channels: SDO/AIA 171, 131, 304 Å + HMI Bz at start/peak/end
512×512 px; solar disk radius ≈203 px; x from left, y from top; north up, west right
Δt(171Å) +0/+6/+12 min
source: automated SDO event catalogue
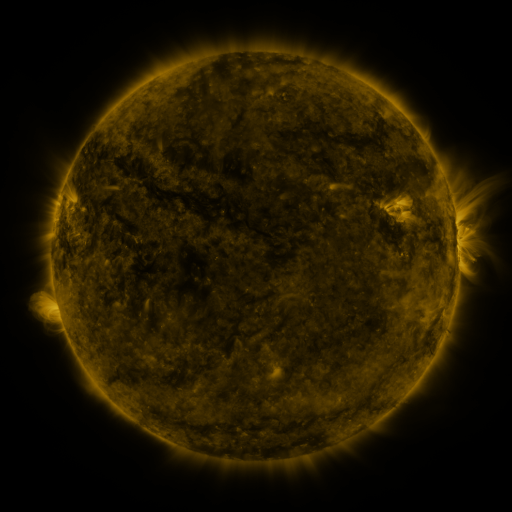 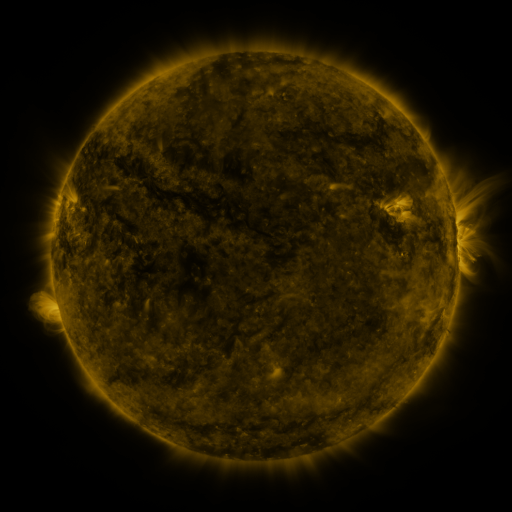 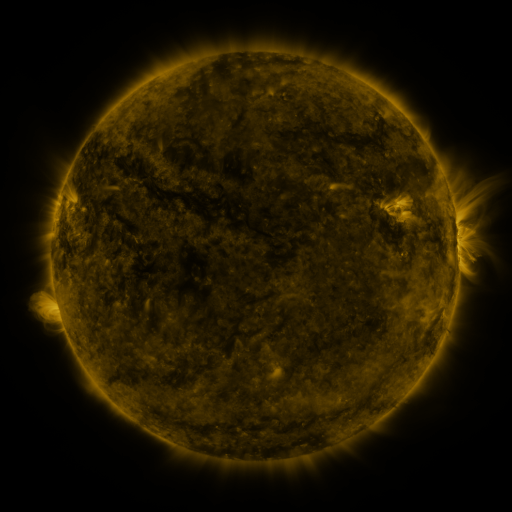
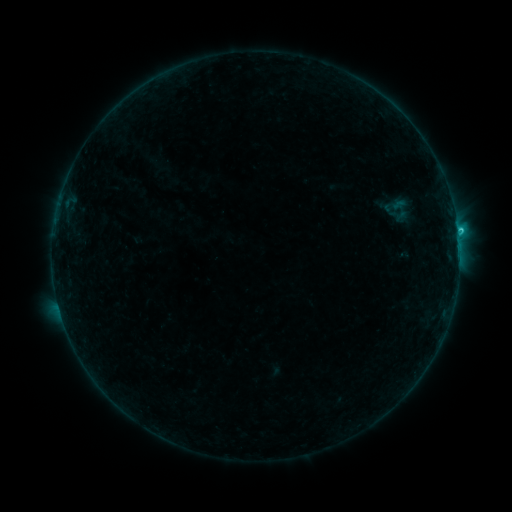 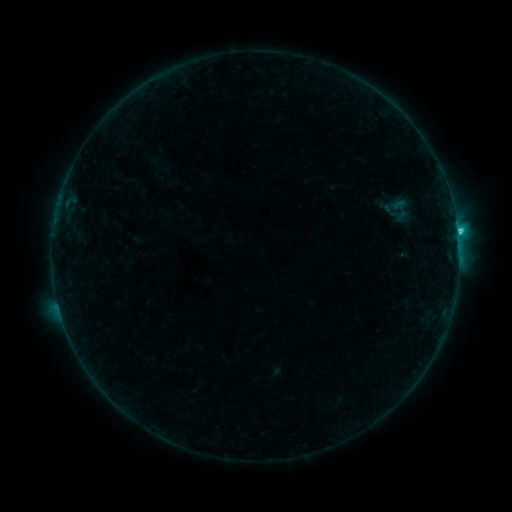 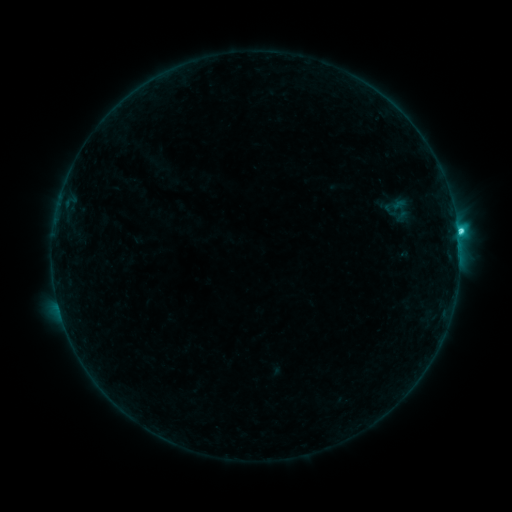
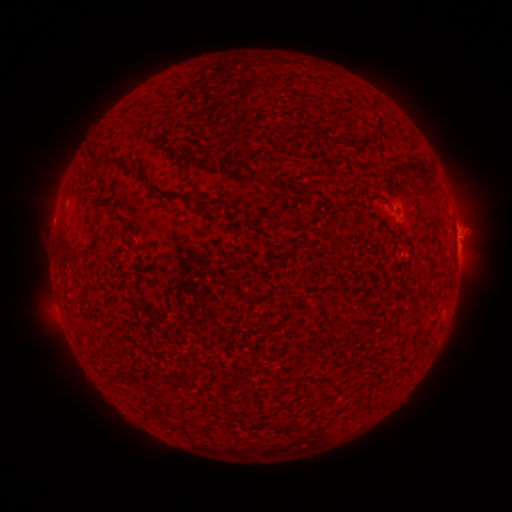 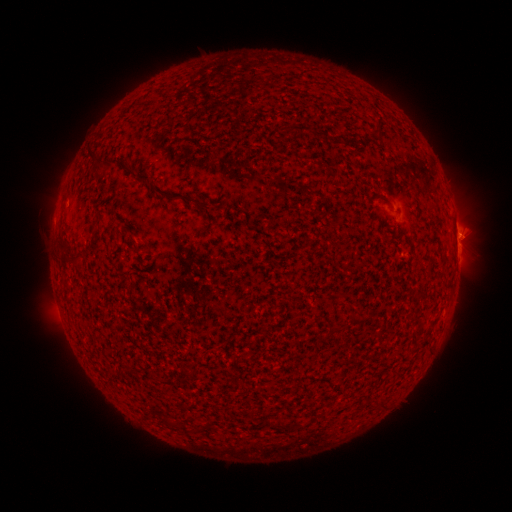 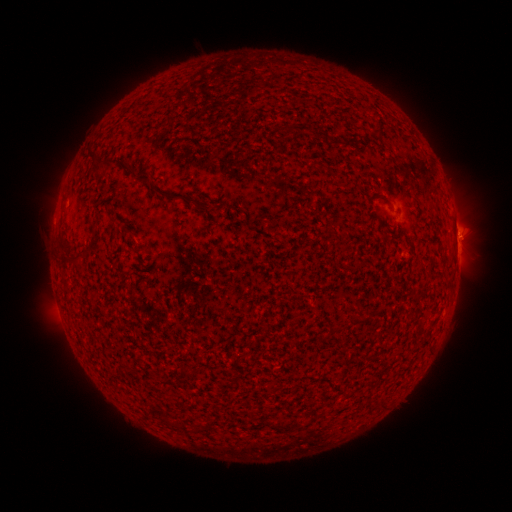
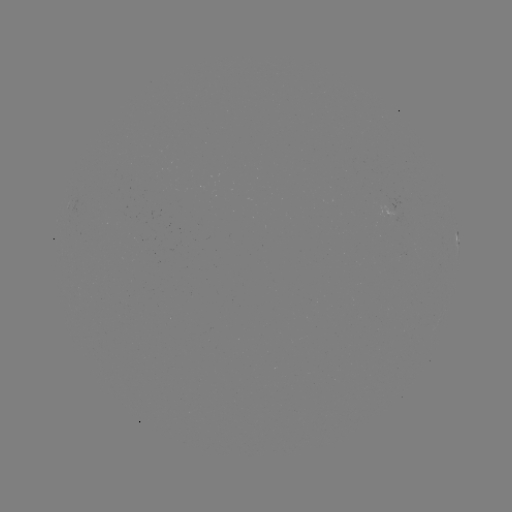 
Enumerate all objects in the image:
C2.5 flare: (458, 235)
